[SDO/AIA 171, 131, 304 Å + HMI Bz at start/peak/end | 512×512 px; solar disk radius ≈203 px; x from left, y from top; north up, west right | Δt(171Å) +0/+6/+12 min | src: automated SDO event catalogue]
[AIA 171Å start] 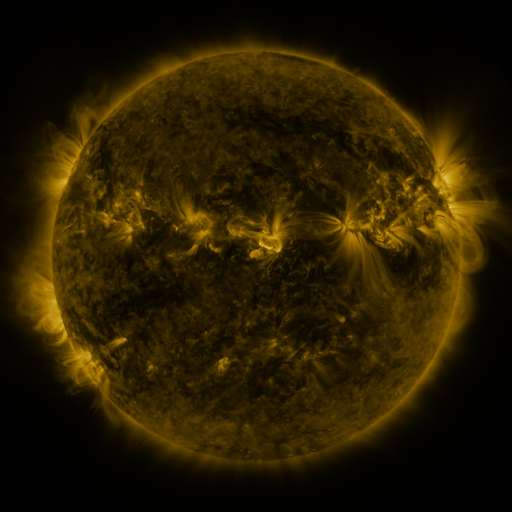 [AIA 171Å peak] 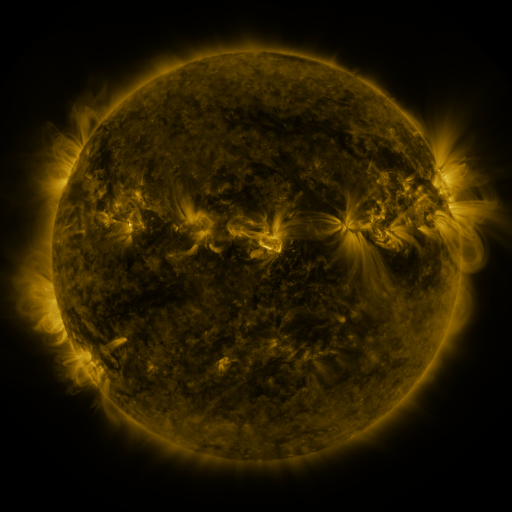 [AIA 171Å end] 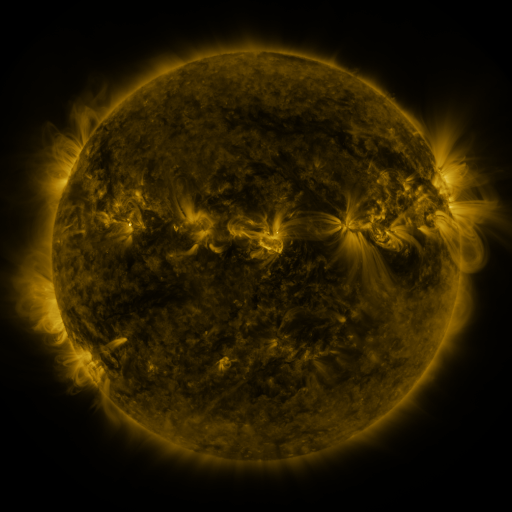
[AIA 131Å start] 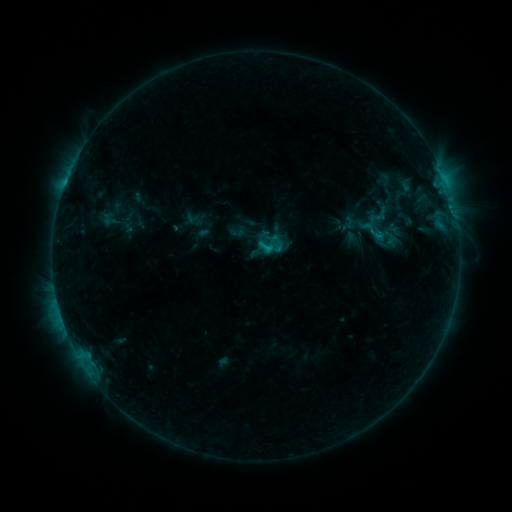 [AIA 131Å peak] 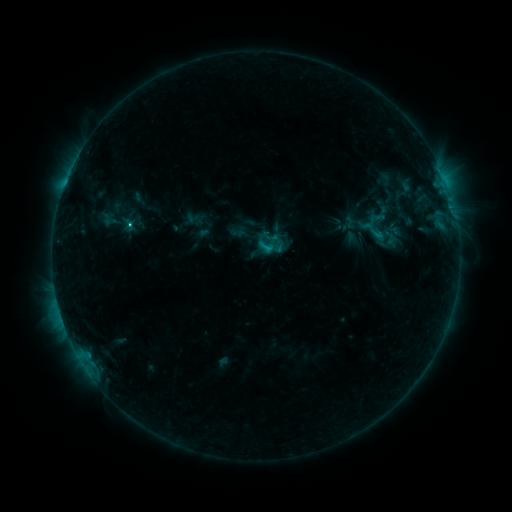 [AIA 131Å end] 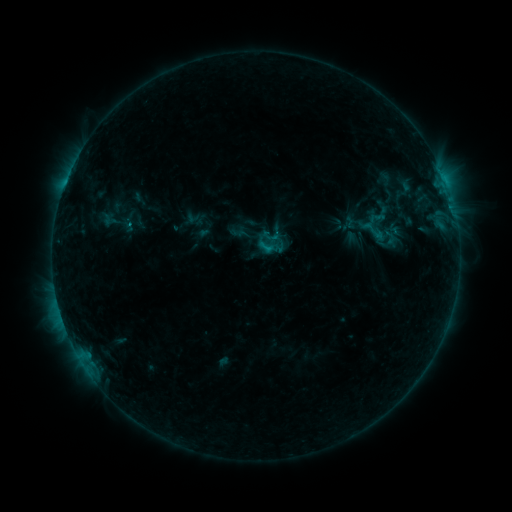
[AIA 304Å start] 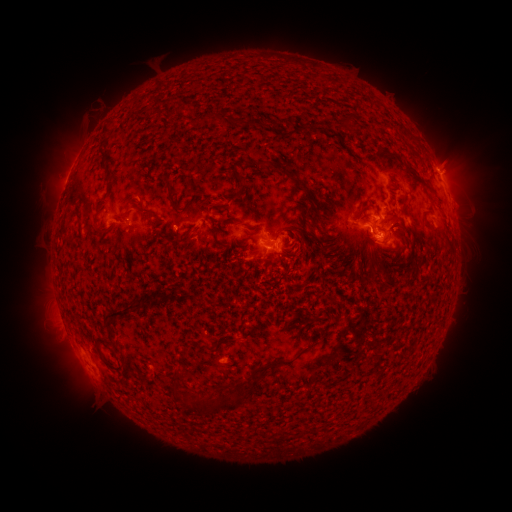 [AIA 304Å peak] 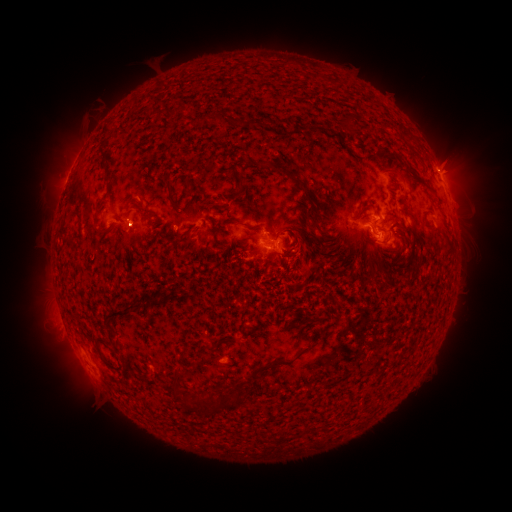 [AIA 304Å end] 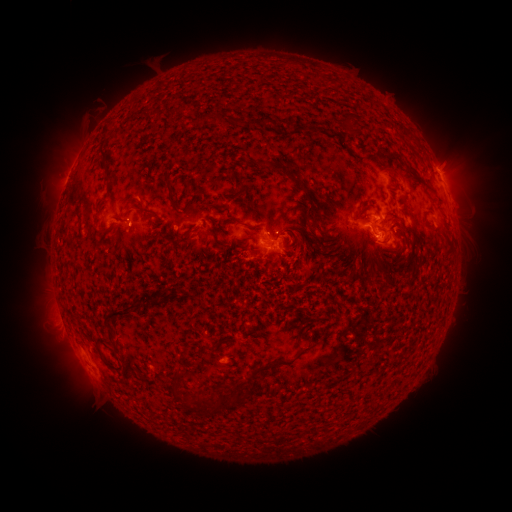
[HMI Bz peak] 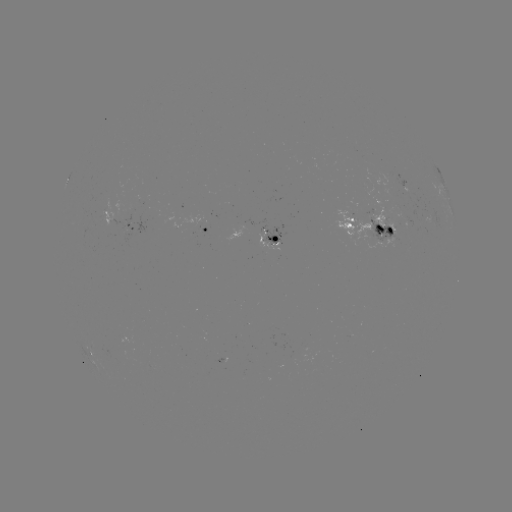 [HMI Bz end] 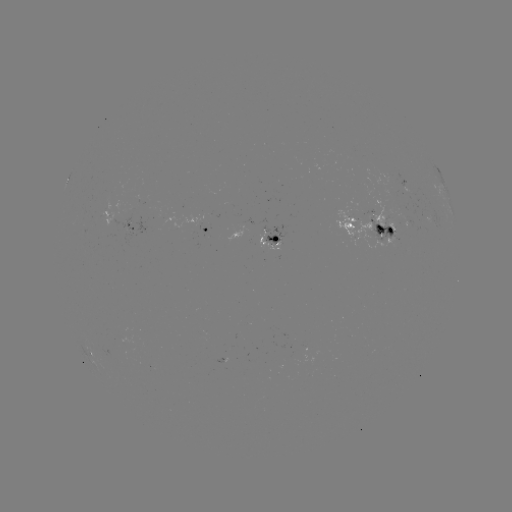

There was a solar eruption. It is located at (134, 237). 